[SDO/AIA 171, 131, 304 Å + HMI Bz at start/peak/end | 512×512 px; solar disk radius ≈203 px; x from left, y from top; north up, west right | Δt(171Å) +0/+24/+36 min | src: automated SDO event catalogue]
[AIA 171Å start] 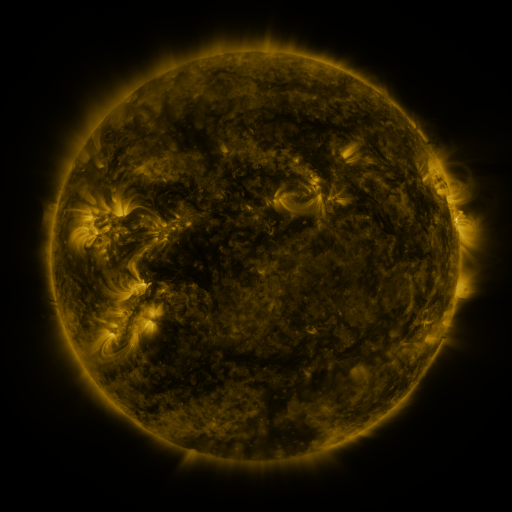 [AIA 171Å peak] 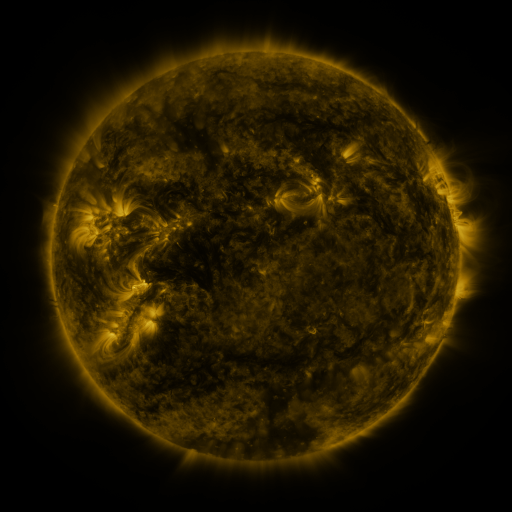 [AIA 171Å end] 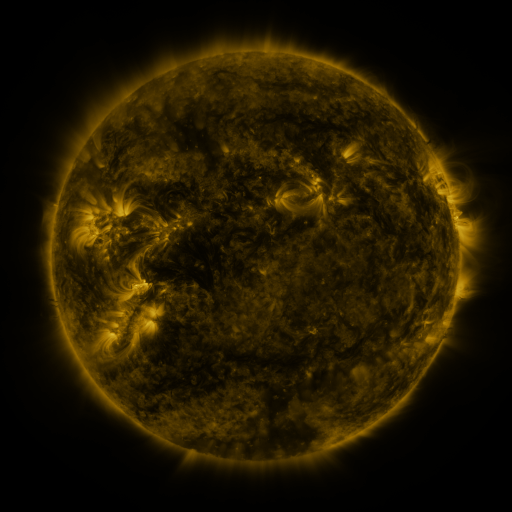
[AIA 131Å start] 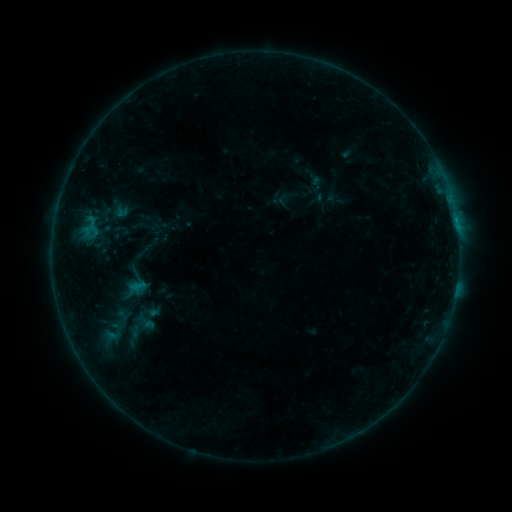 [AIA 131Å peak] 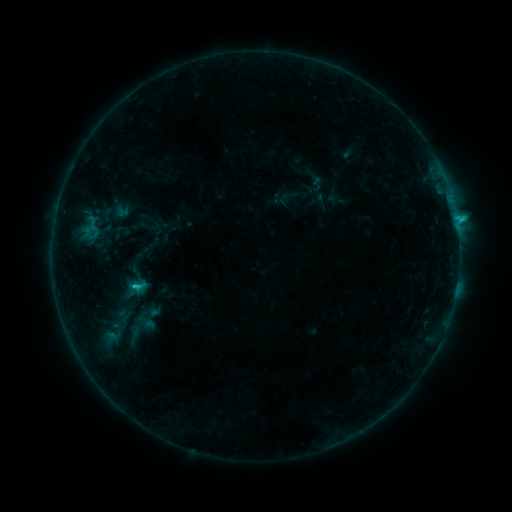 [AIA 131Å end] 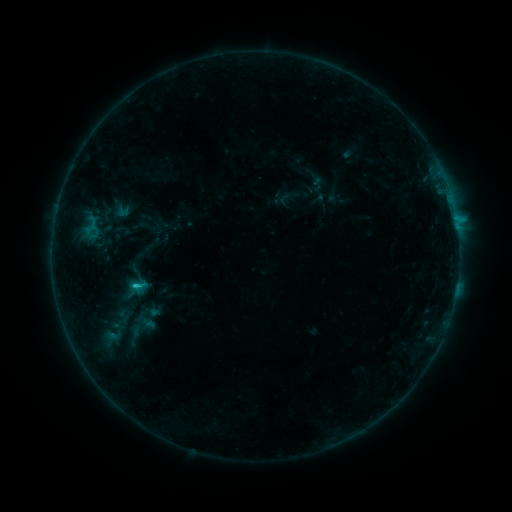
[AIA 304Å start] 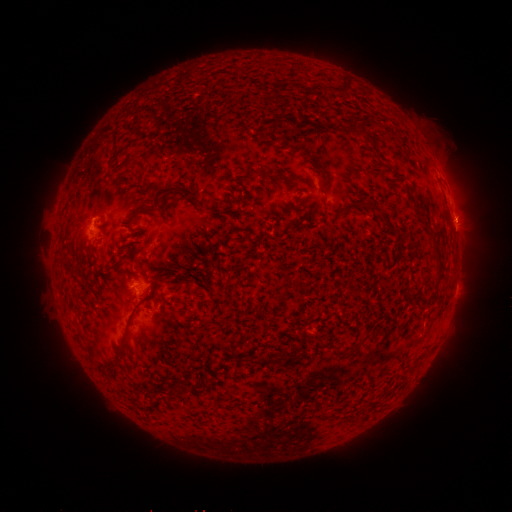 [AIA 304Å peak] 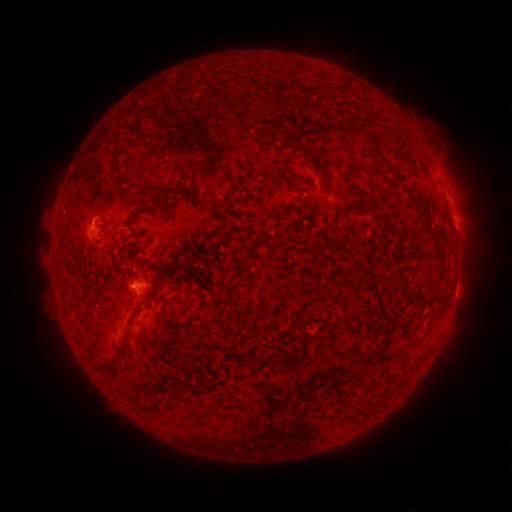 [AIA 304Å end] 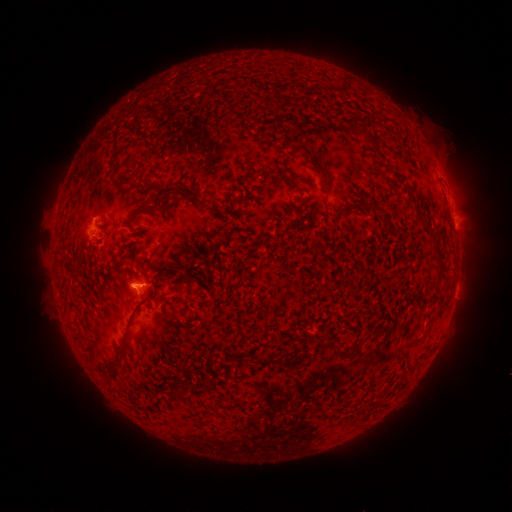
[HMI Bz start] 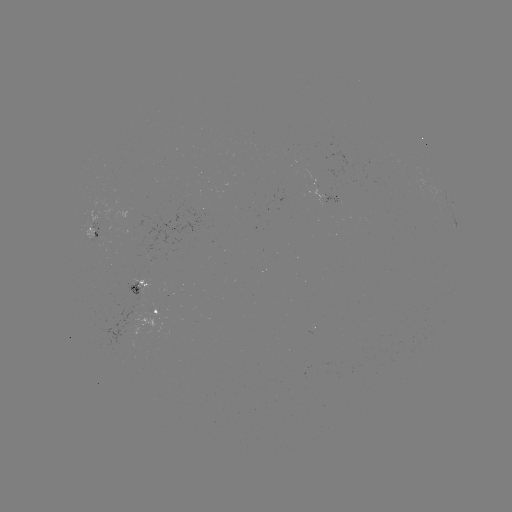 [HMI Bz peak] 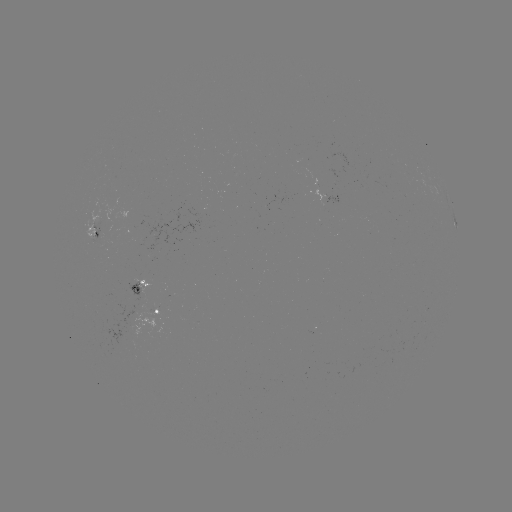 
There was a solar flare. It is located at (138, 283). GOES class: C2.9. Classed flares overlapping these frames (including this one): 1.